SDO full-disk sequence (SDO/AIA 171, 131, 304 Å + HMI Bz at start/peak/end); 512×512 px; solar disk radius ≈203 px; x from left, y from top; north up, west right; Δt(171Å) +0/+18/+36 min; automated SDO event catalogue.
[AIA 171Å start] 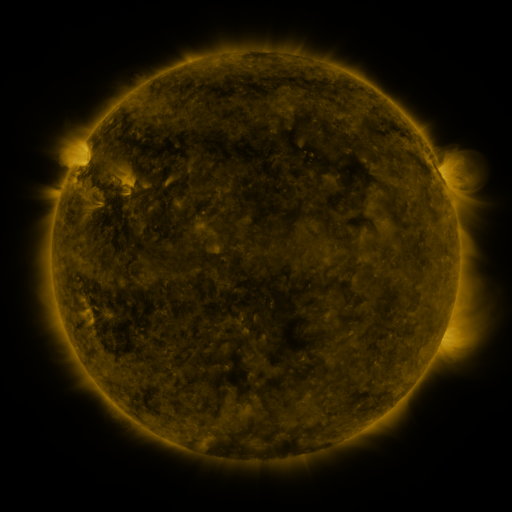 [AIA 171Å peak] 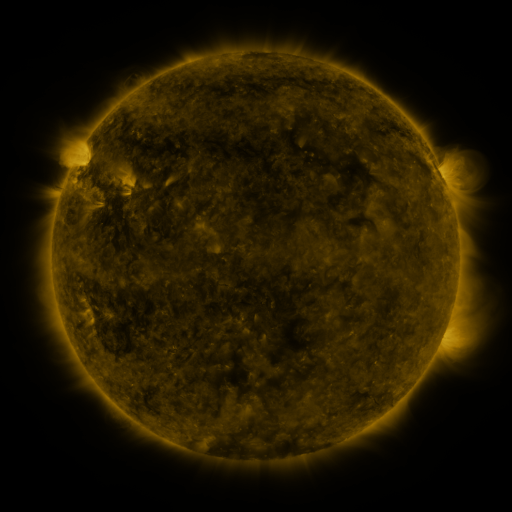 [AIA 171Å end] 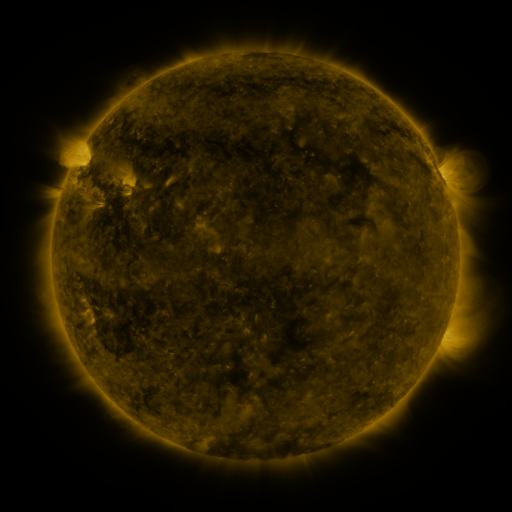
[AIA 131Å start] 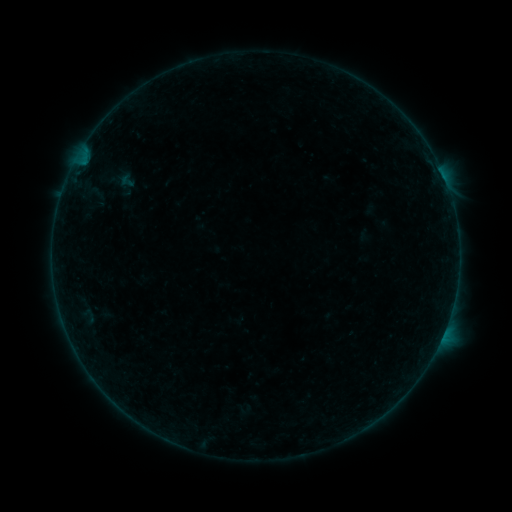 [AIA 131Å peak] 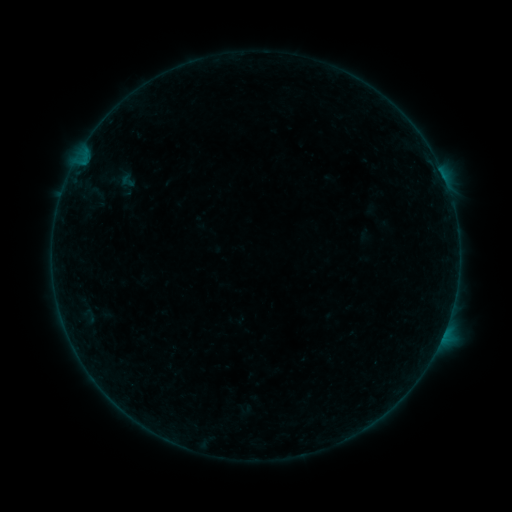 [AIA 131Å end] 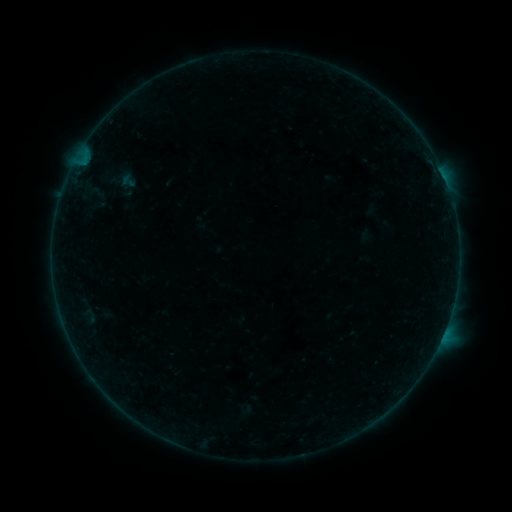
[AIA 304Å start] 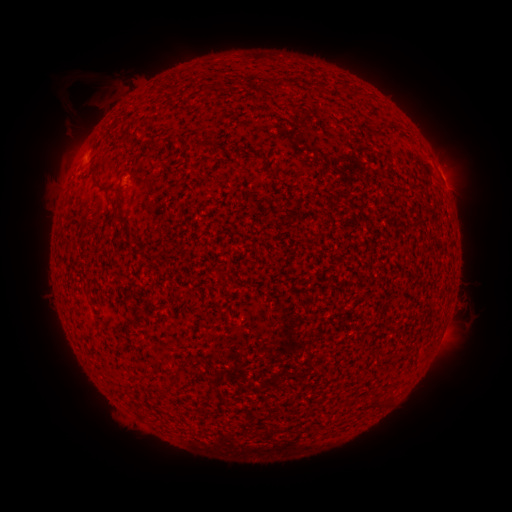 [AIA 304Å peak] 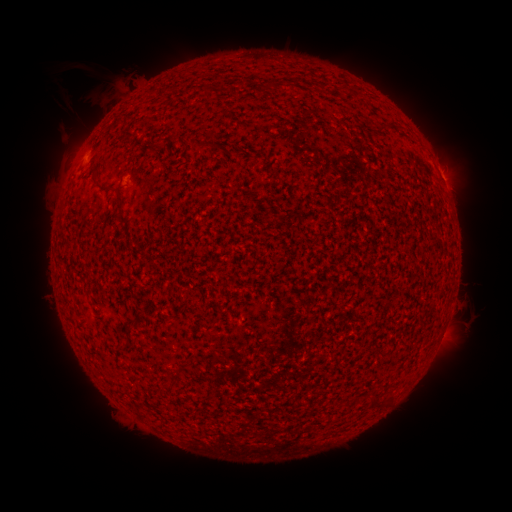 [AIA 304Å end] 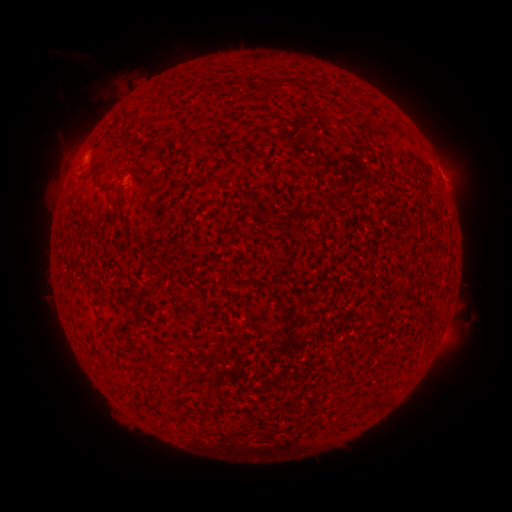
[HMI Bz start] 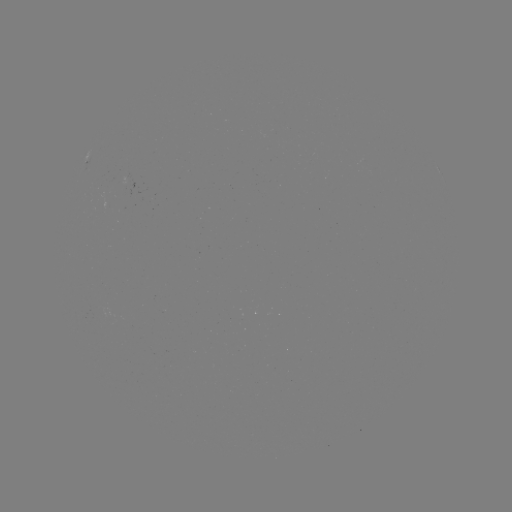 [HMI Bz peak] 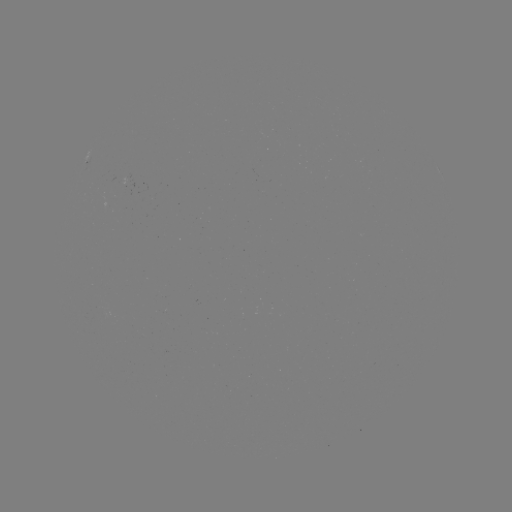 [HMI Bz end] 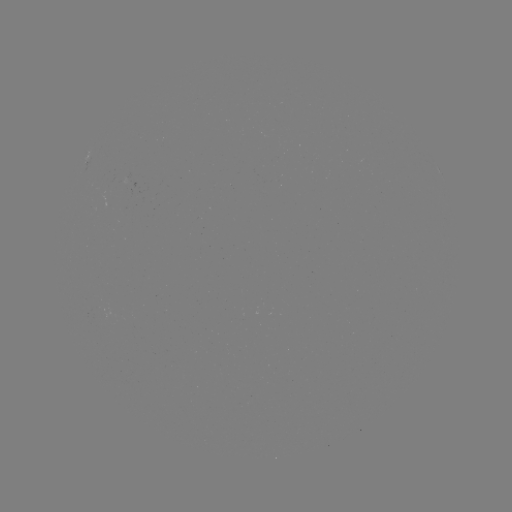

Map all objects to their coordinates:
eruption: (71, 82)
